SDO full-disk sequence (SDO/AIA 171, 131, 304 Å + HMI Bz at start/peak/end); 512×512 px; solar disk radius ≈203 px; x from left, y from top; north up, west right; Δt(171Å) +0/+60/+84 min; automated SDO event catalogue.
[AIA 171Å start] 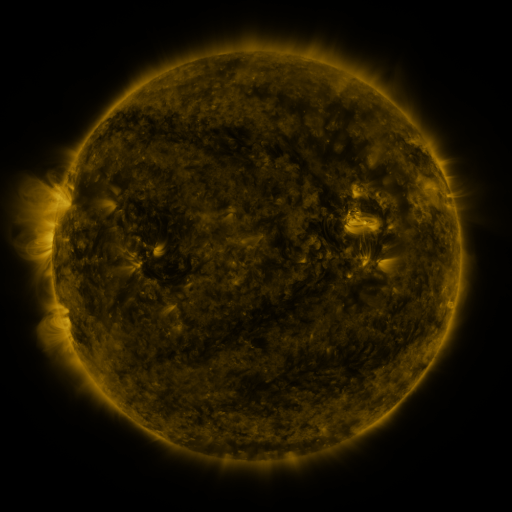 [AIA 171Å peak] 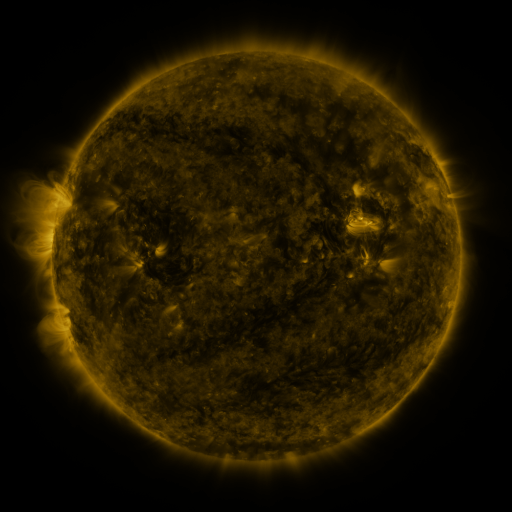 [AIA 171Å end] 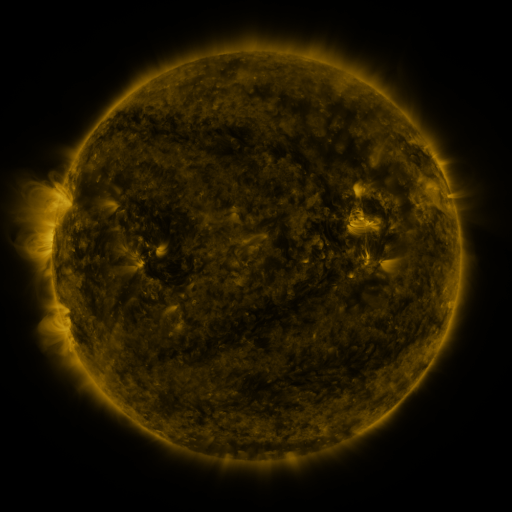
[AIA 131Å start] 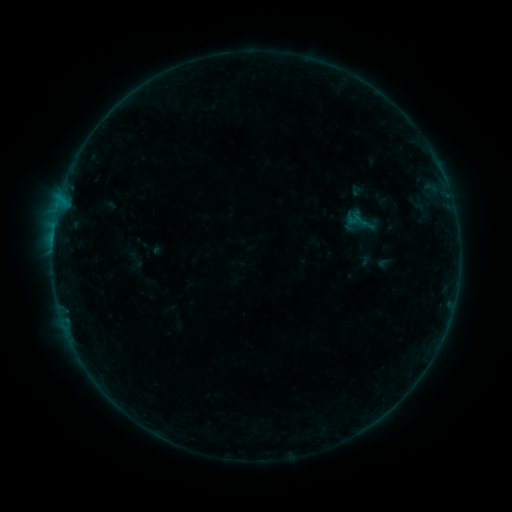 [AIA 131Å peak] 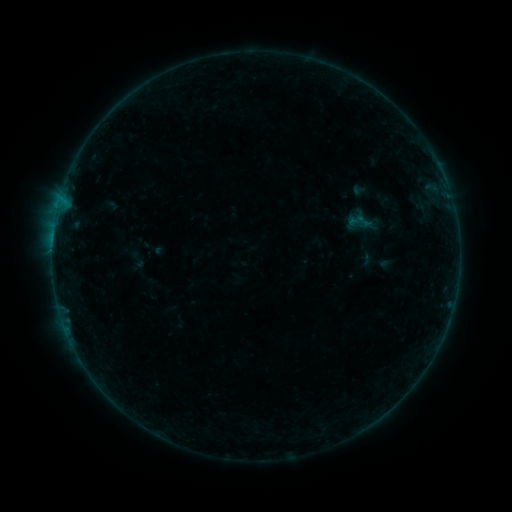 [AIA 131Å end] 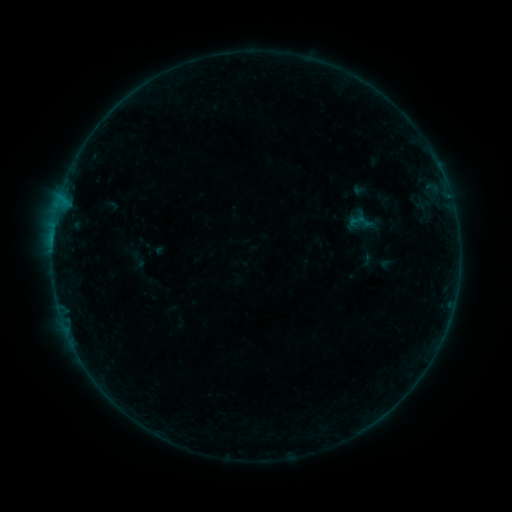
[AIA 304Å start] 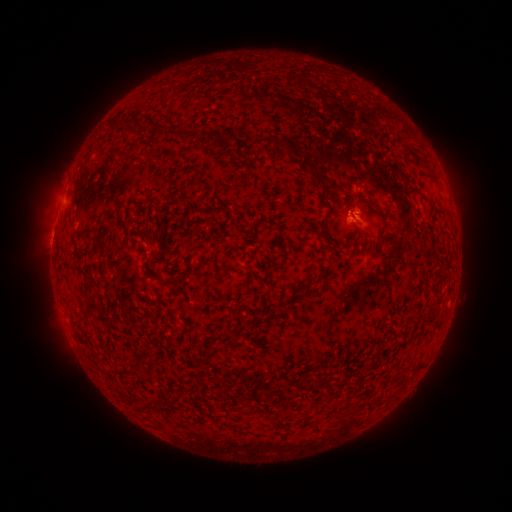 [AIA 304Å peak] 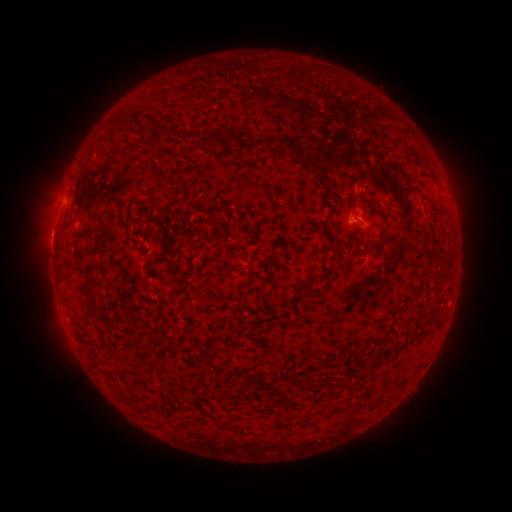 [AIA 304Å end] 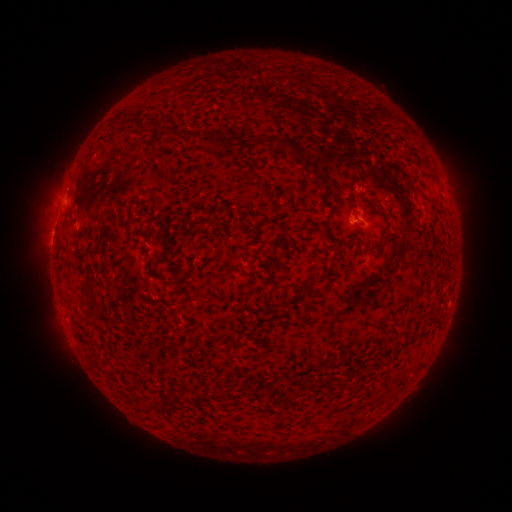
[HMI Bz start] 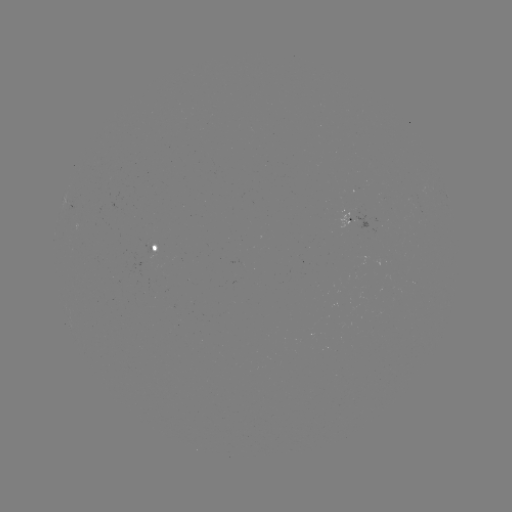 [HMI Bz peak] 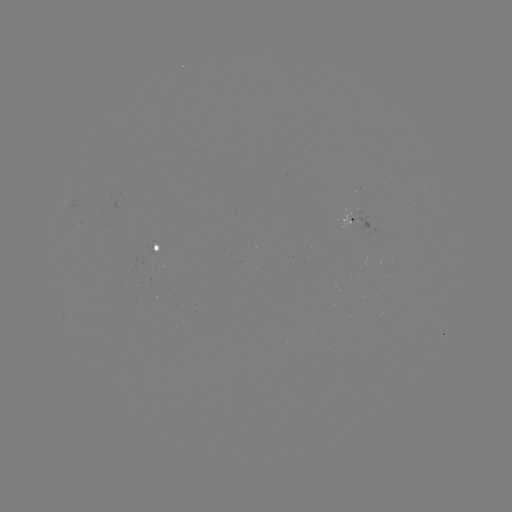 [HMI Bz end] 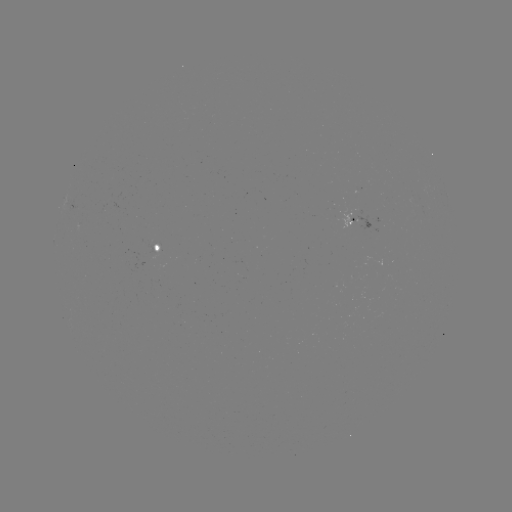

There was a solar emerging-flux region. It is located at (412, 202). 